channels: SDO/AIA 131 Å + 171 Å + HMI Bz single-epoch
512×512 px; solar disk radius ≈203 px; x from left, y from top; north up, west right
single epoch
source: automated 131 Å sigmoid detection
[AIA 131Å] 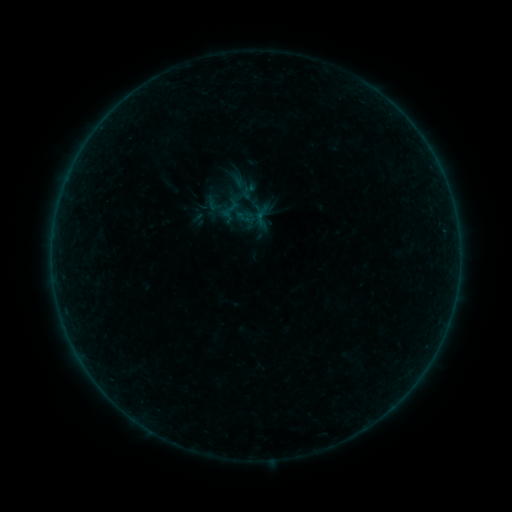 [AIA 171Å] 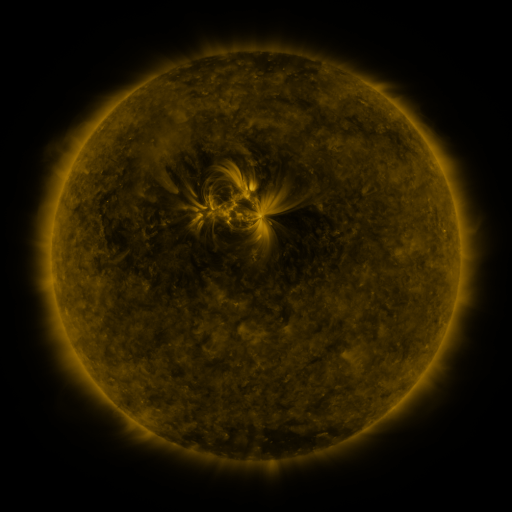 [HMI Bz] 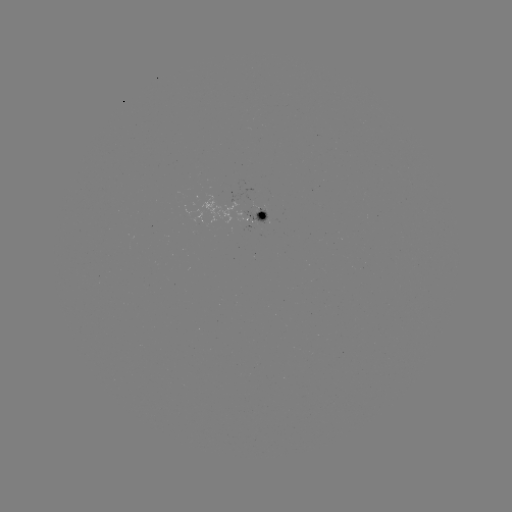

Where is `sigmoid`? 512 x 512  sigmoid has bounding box [234, 180, 254, 199].